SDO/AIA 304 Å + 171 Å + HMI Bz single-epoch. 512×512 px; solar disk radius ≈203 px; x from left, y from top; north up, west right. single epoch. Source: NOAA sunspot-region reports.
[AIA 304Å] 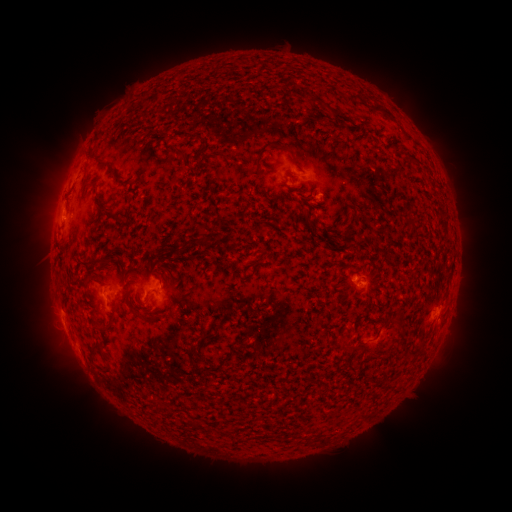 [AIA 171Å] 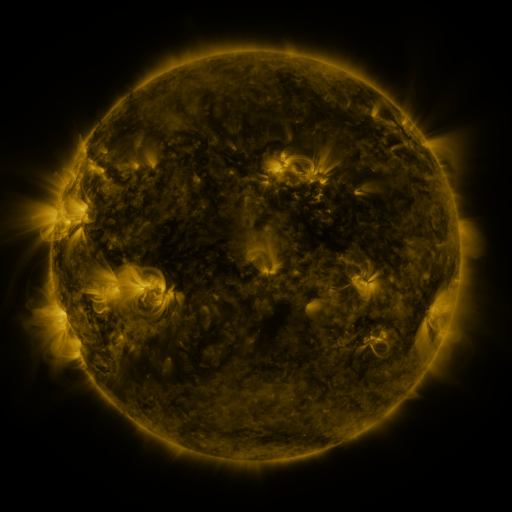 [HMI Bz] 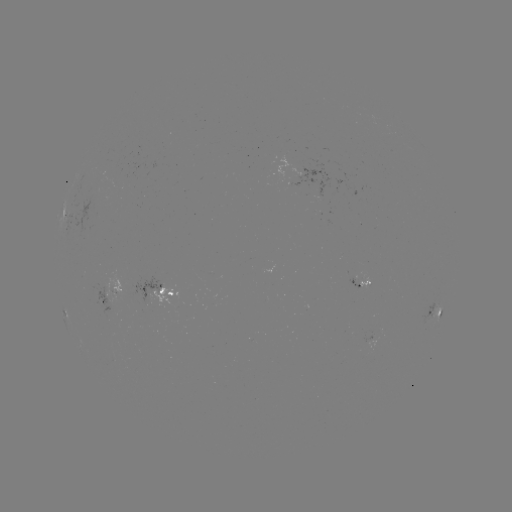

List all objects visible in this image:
spotted active region: (306, 173)
spotted active region: (325, 173)
spotted active region: (72, 224)
spotted active region: (358, 280)
spotted active region: (157, 290)
spotted active region: (114, 291)
spotted active region: (102, 299)
spotted active region: (435, 309)
